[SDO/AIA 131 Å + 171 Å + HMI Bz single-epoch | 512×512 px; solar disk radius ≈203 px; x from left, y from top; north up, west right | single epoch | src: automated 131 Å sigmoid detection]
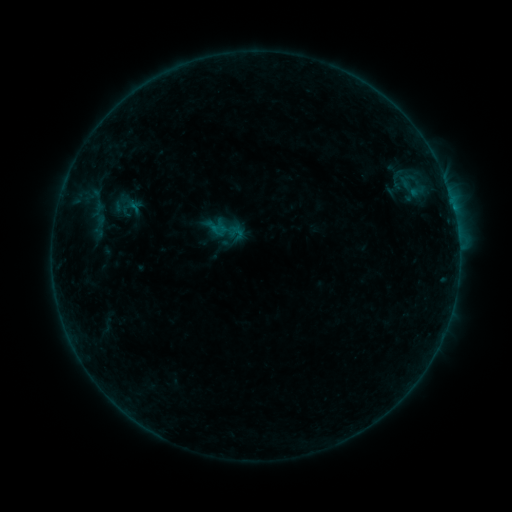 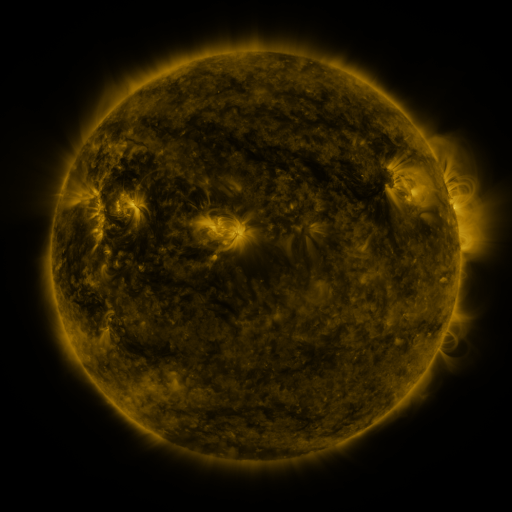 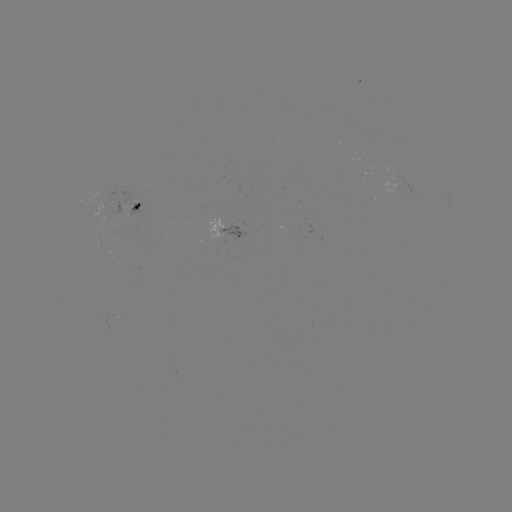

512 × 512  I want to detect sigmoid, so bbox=[119, 196, 136, 214].